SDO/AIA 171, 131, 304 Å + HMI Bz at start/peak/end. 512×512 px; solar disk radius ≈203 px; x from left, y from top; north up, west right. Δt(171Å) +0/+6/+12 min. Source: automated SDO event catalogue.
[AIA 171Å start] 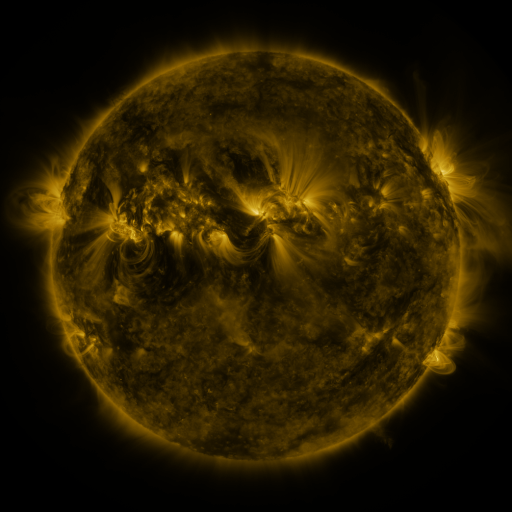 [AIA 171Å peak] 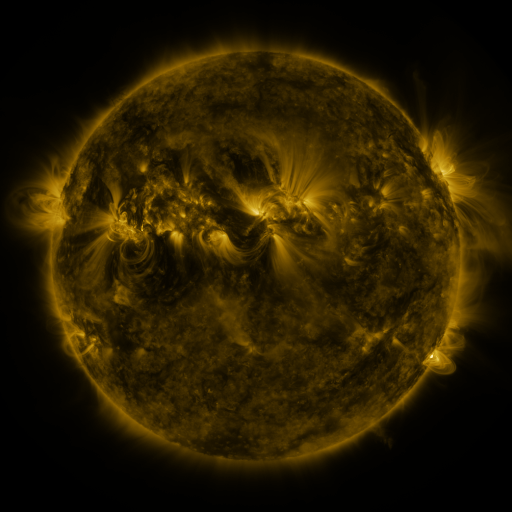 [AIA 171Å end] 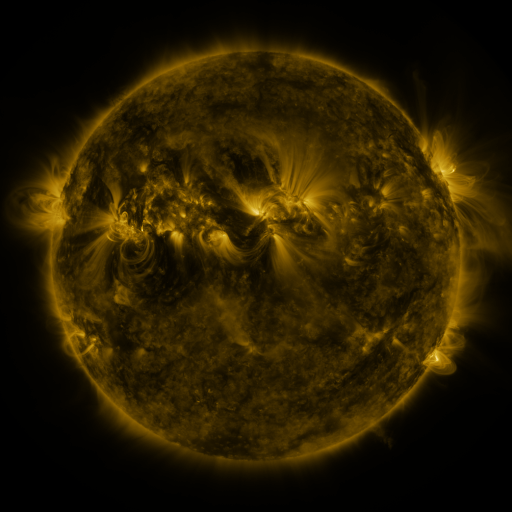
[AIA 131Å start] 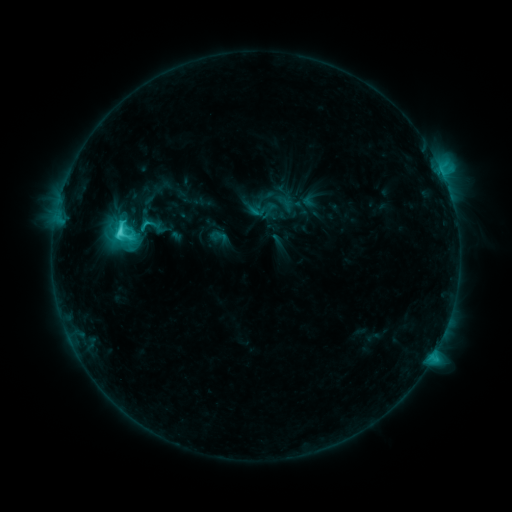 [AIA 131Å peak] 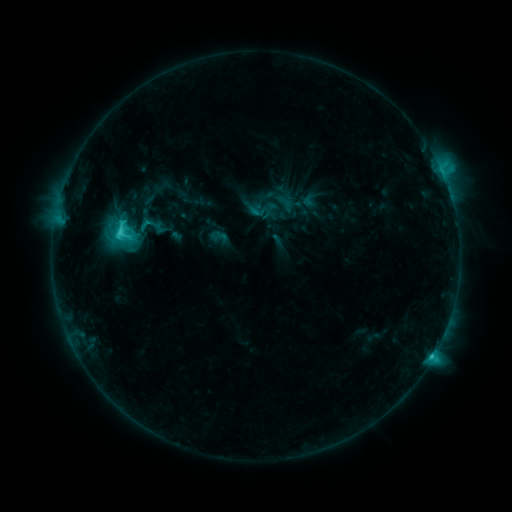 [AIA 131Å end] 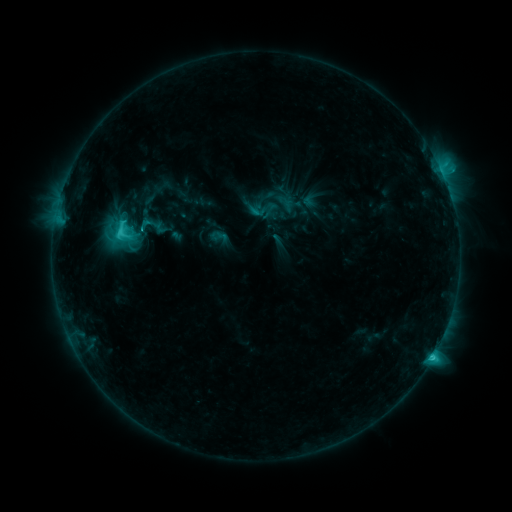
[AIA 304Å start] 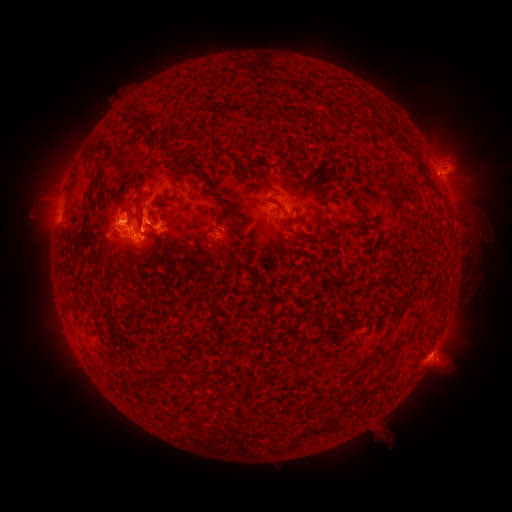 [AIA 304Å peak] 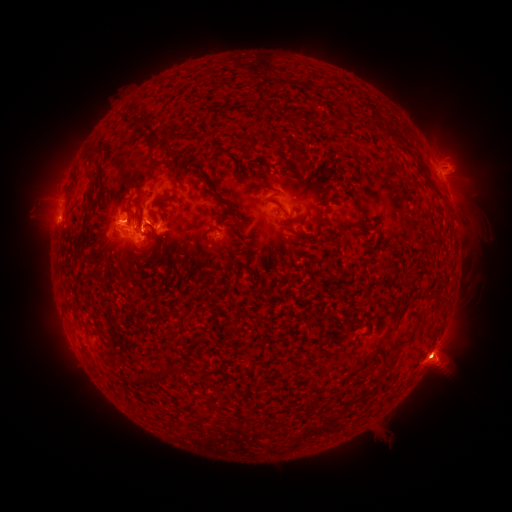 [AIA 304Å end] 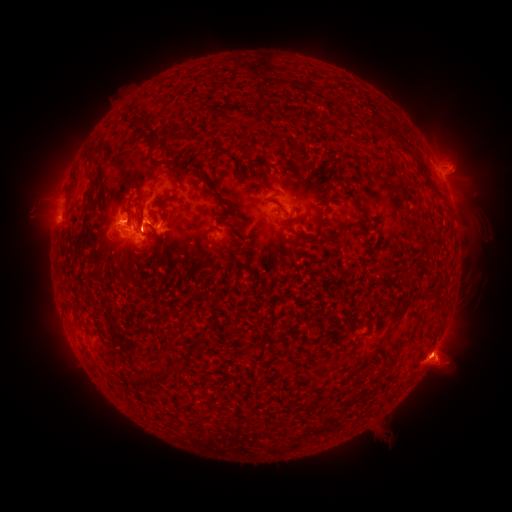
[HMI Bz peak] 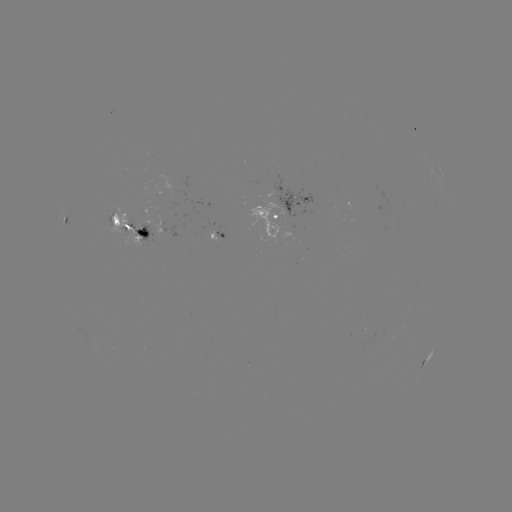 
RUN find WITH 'eruption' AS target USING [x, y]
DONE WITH [439, 358] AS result